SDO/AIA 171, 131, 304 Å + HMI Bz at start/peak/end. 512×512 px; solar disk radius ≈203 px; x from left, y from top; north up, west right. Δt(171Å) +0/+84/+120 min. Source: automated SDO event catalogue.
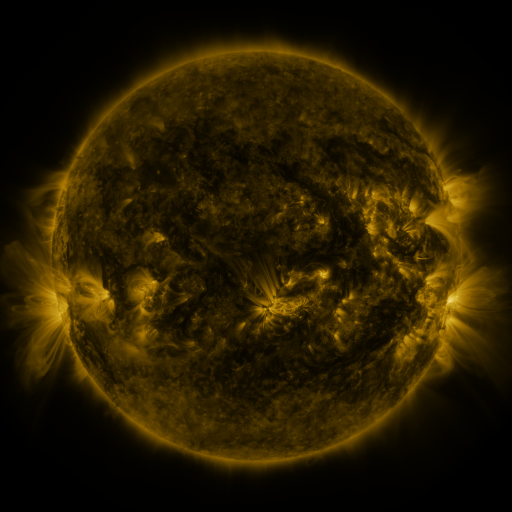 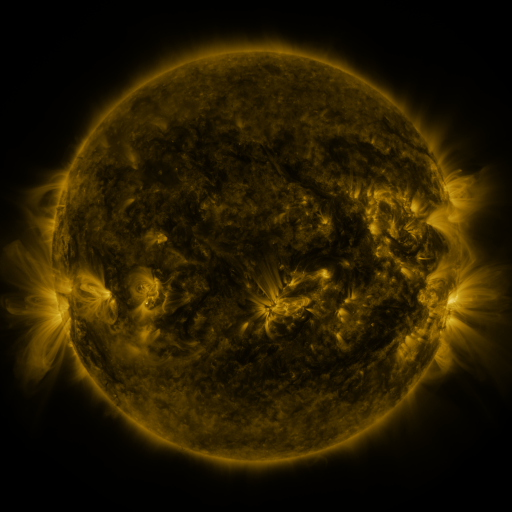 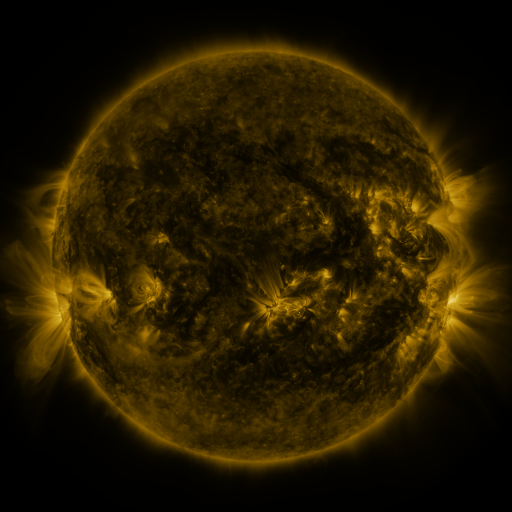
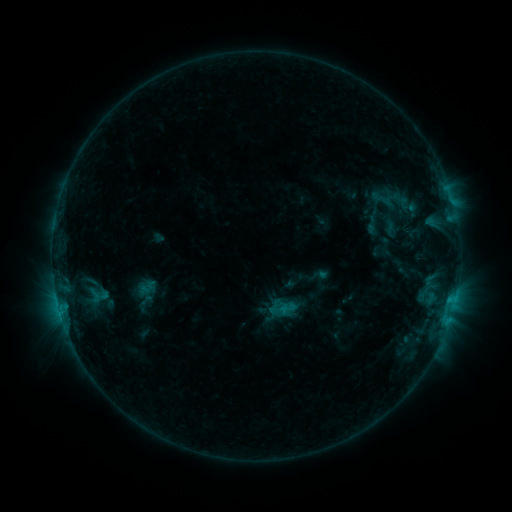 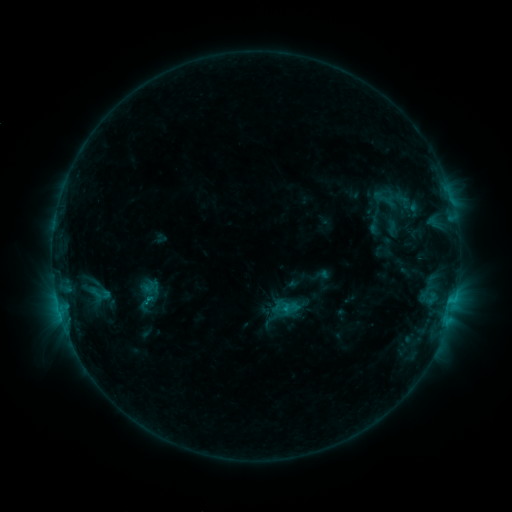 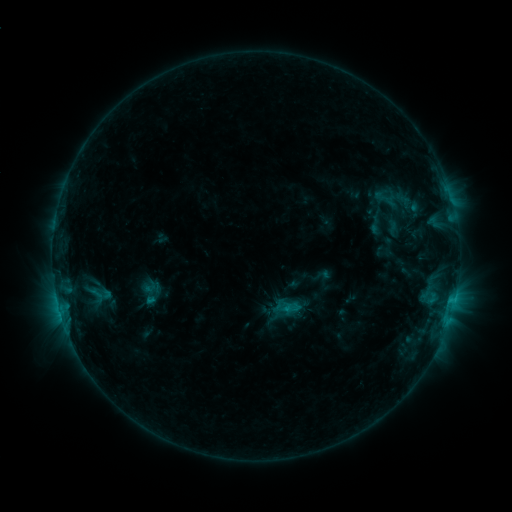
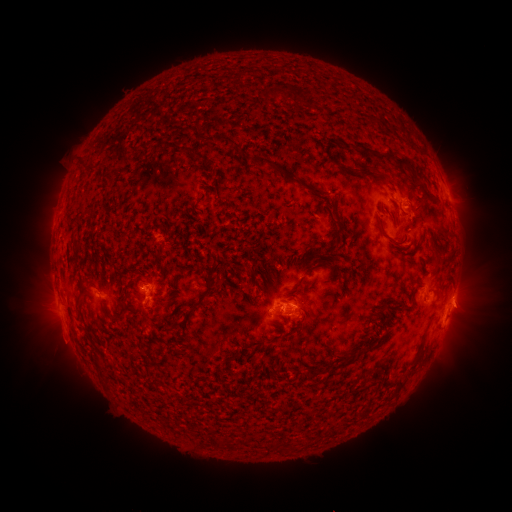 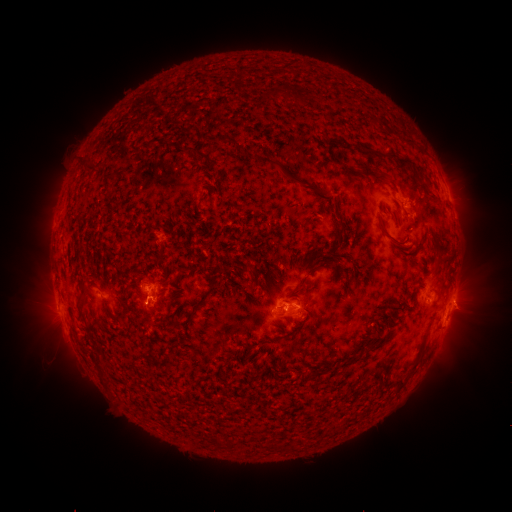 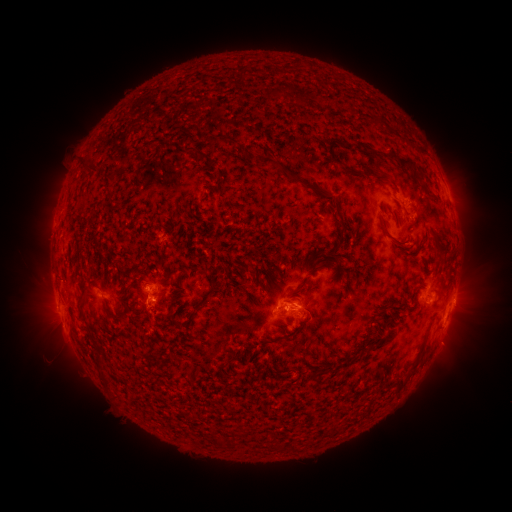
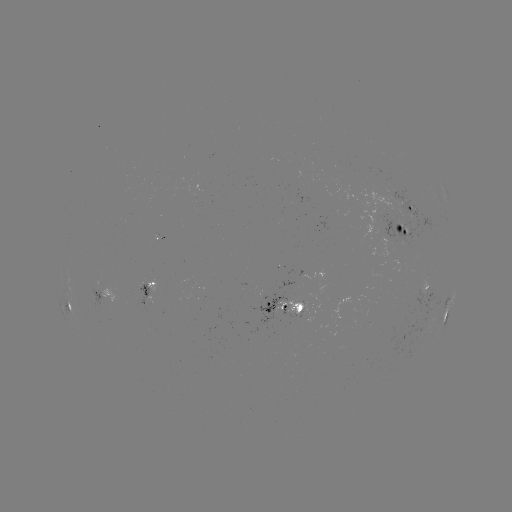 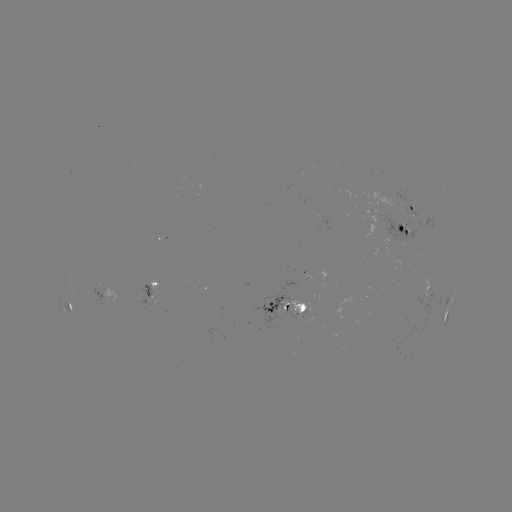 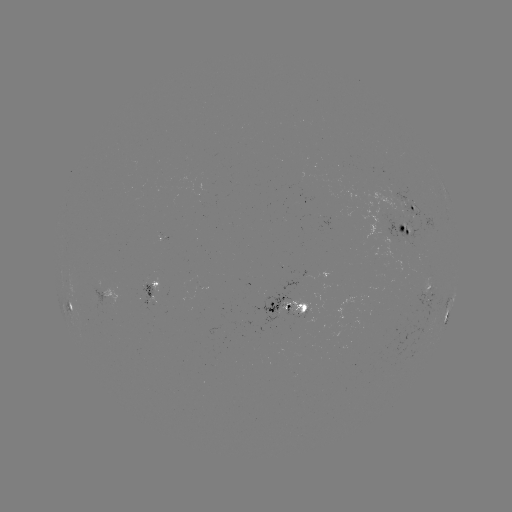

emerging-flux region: <bbox>277, 298, 309, 318</bbox>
